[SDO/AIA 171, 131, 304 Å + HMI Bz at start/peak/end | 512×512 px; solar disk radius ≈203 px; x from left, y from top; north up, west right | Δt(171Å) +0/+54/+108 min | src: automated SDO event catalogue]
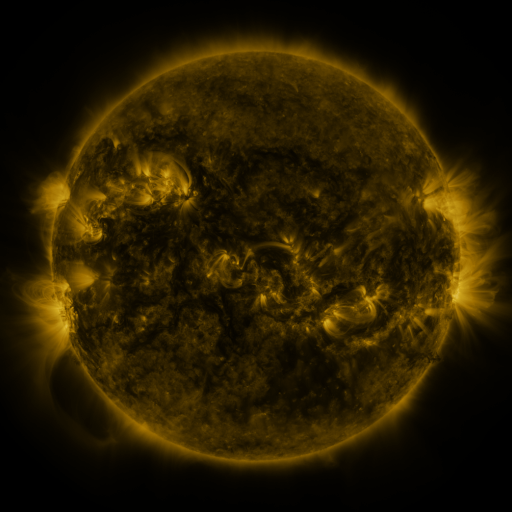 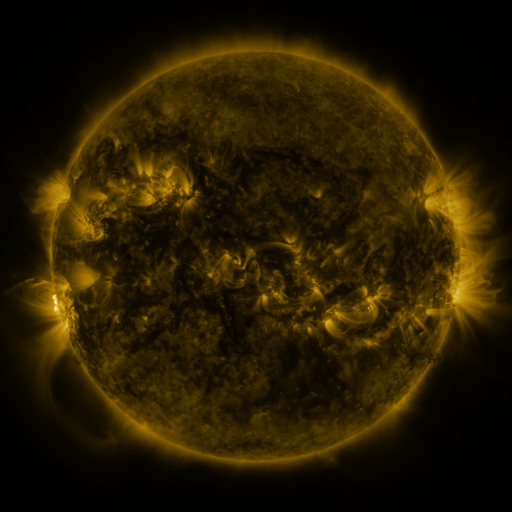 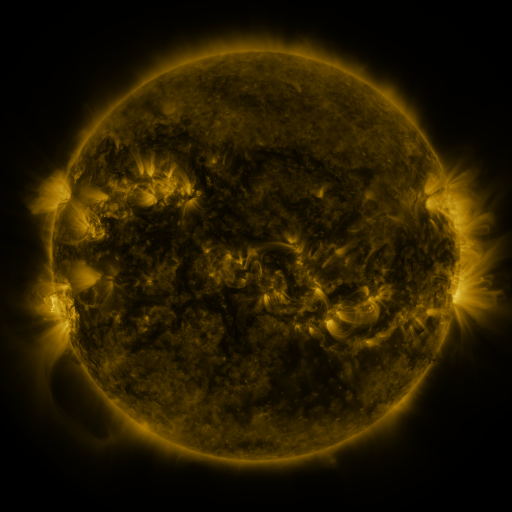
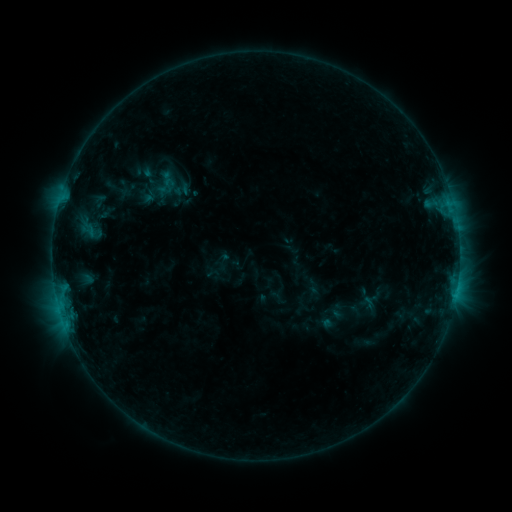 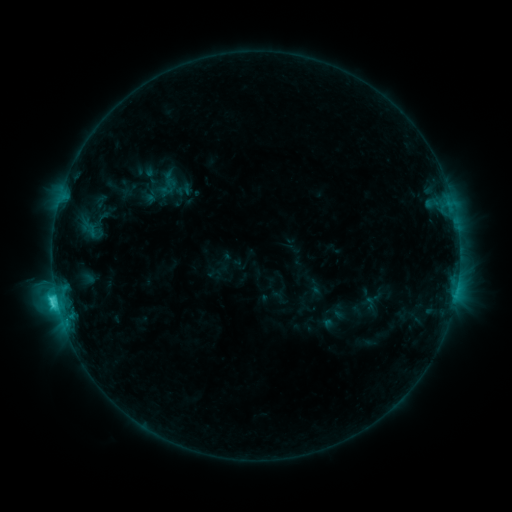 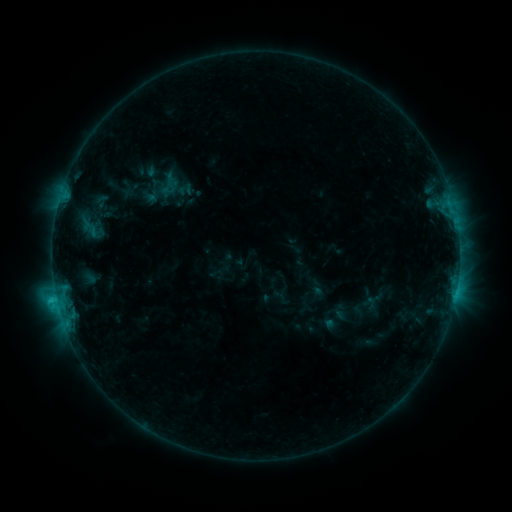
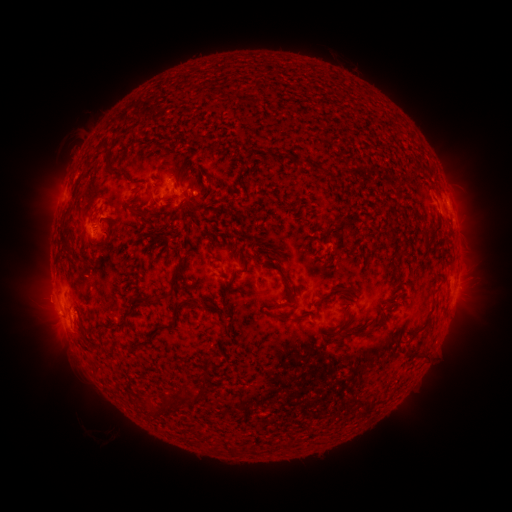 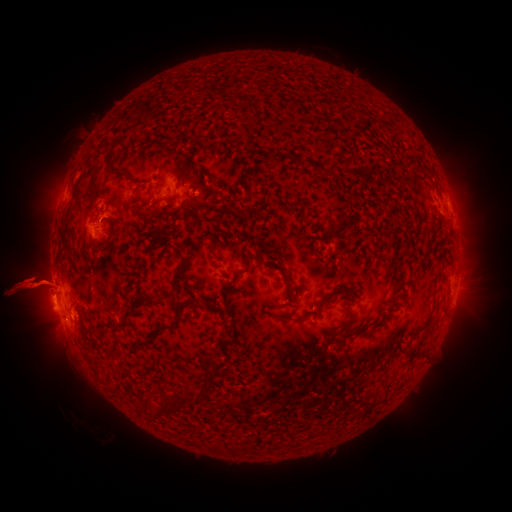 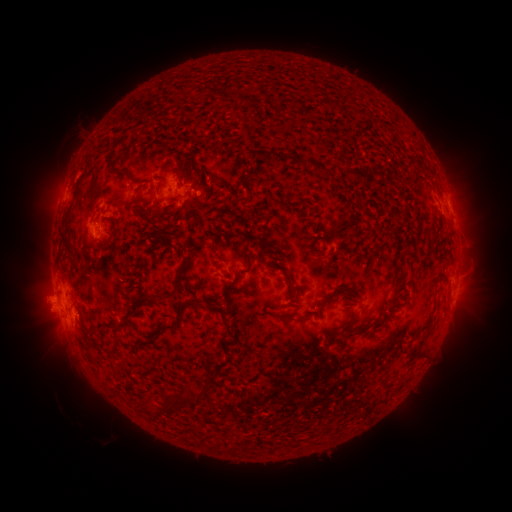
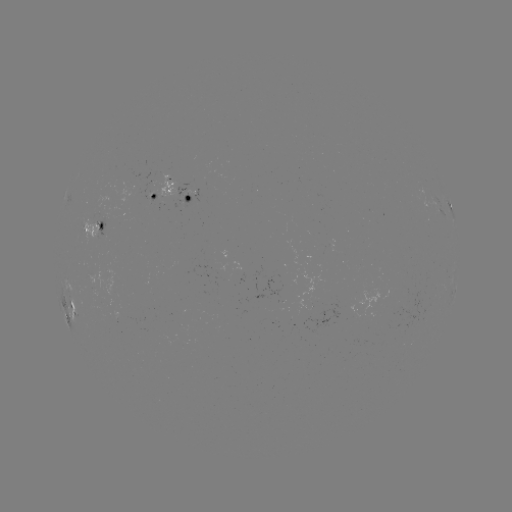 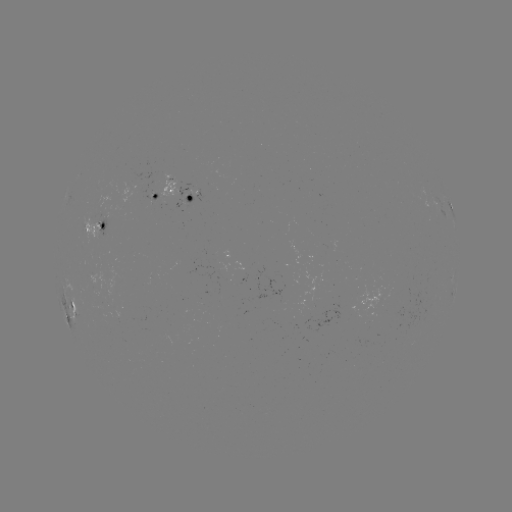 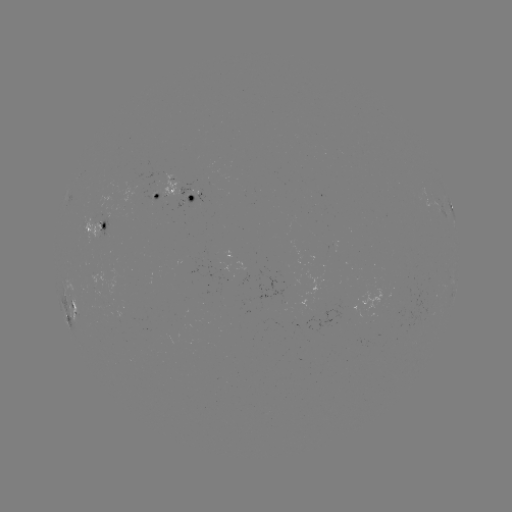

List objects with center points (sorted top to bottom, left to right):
filament eruption: (30, 301)
